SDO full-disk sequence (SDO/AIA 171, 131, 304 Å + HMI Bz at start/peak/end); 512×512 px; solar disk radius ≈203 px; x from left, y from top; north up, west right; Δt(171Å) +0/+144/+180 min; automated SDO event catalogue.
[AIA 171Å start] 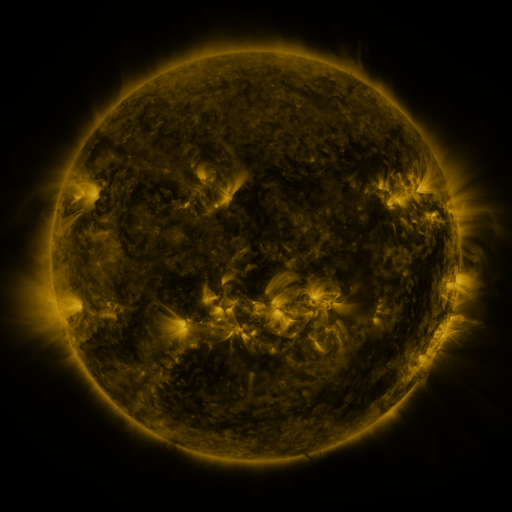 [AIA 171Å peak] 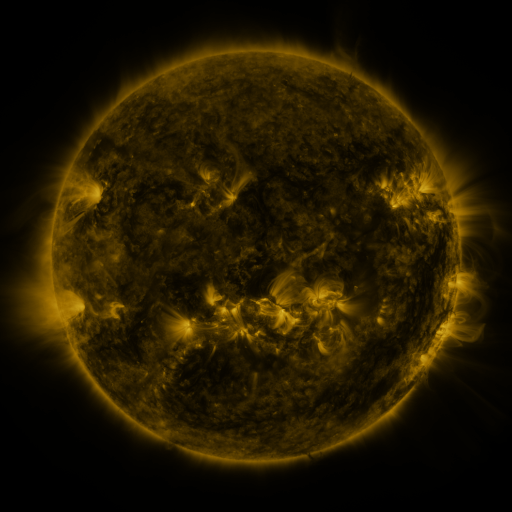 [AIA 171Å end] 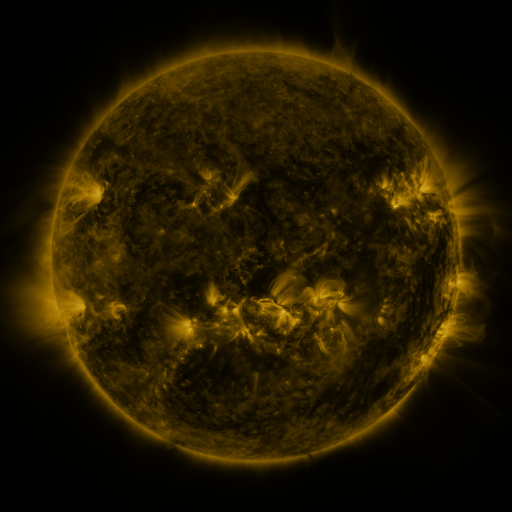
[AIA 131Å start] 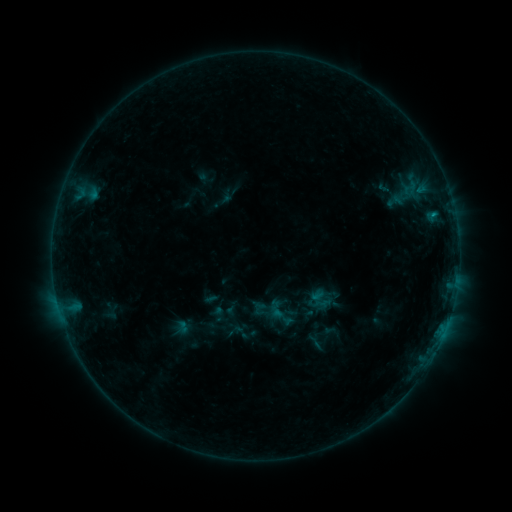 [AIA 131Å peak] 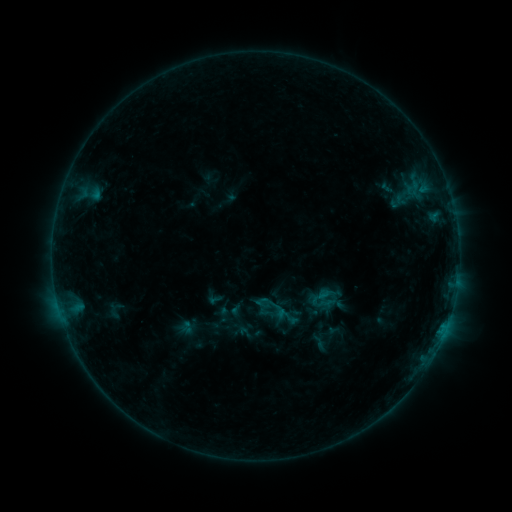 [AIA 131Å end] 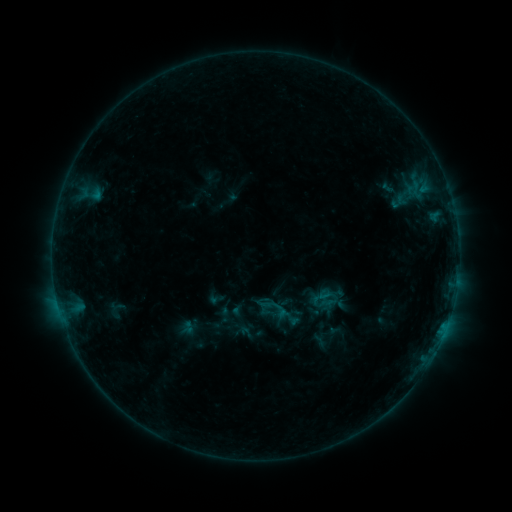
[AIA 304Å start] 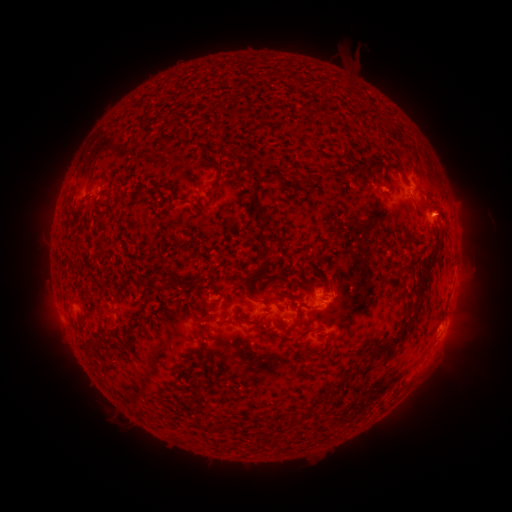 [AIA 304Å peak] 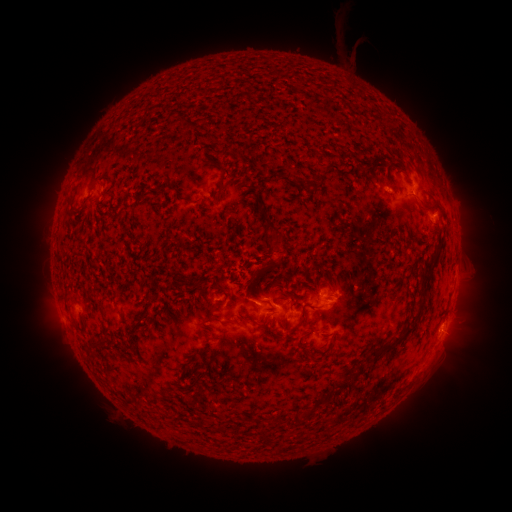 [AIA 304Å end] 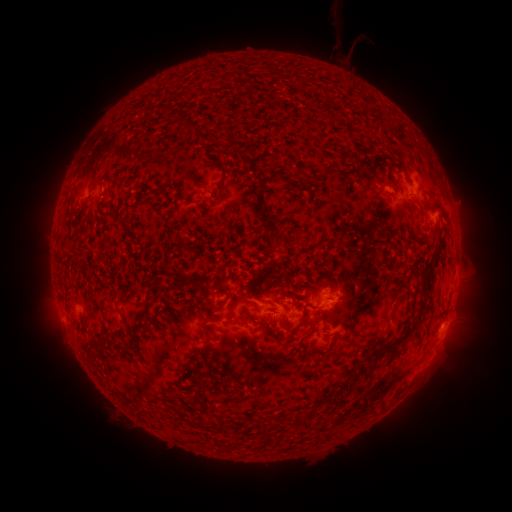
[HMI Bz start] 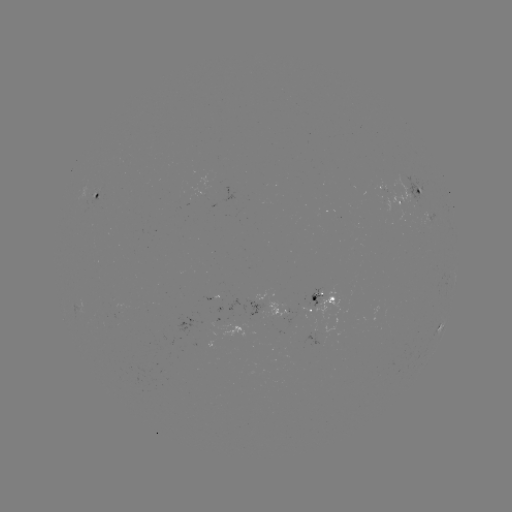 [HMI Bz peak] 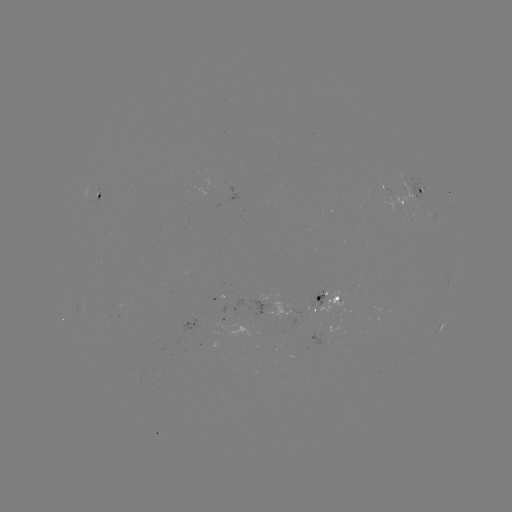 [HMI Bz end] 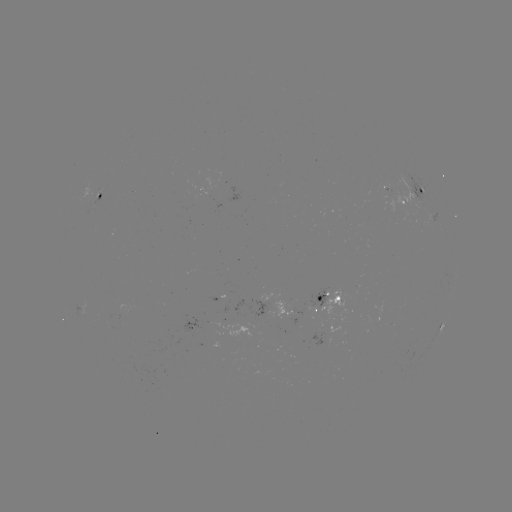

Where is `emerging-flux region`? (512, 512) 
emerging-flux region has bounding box [373, 184, 388, 190].